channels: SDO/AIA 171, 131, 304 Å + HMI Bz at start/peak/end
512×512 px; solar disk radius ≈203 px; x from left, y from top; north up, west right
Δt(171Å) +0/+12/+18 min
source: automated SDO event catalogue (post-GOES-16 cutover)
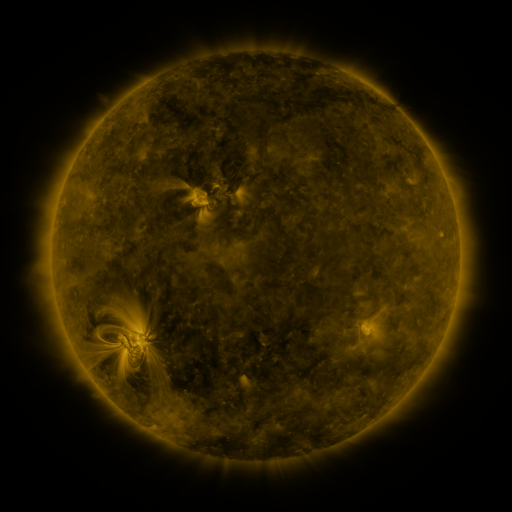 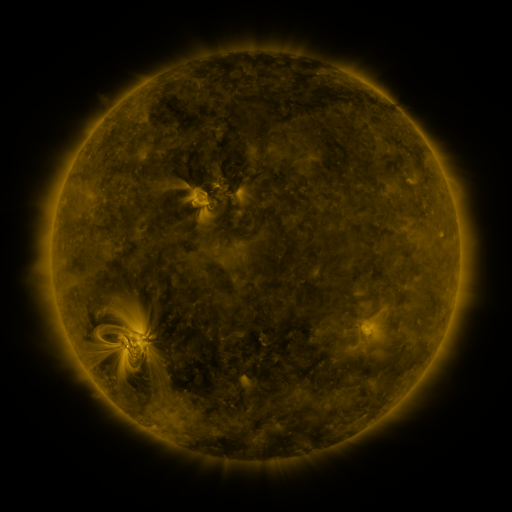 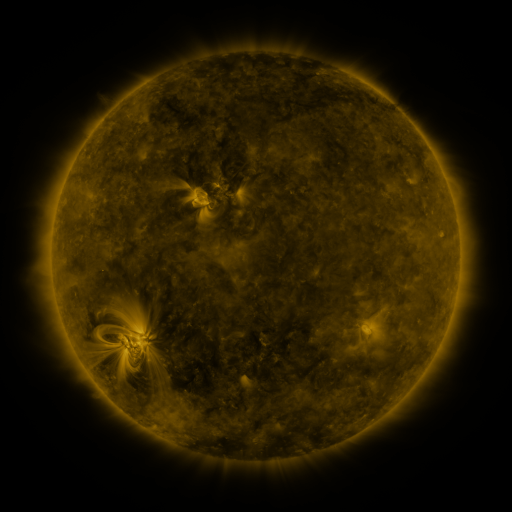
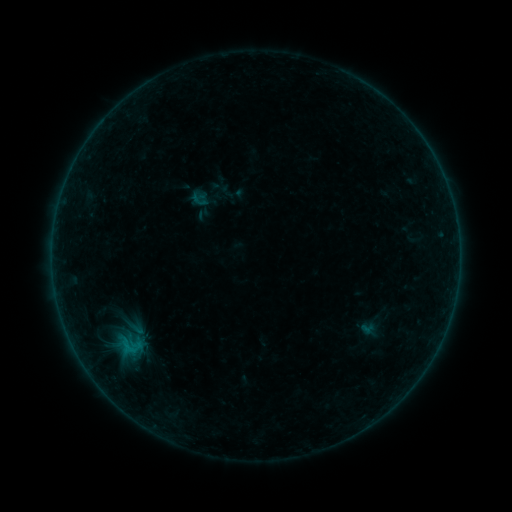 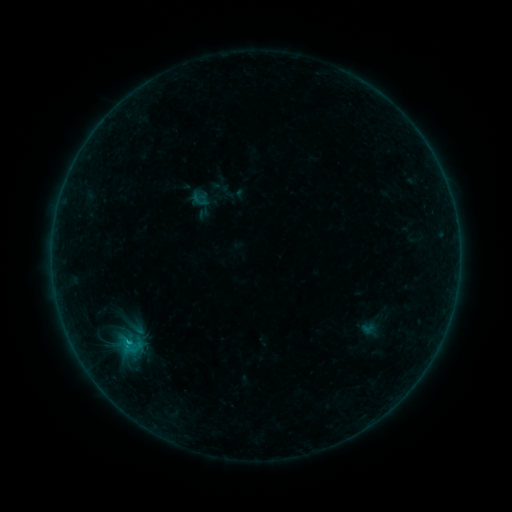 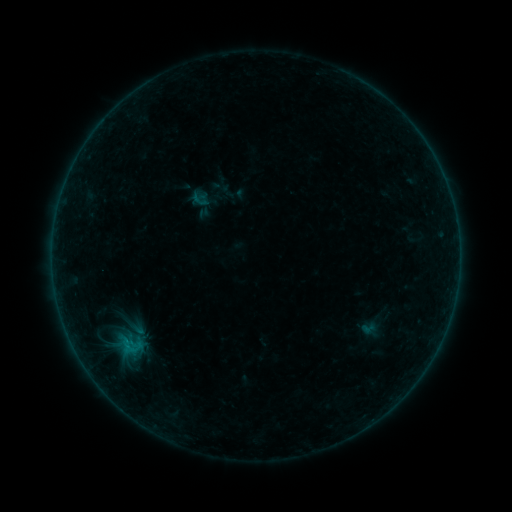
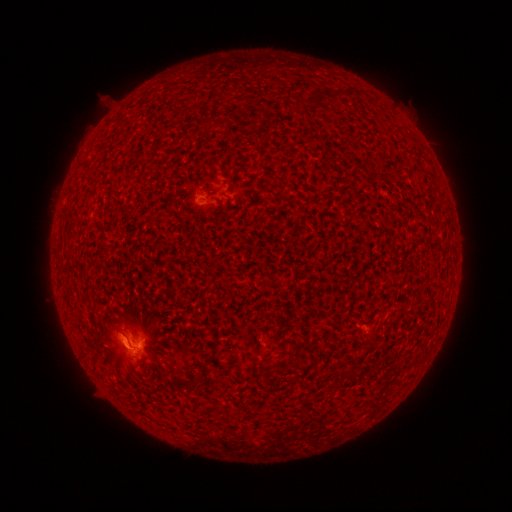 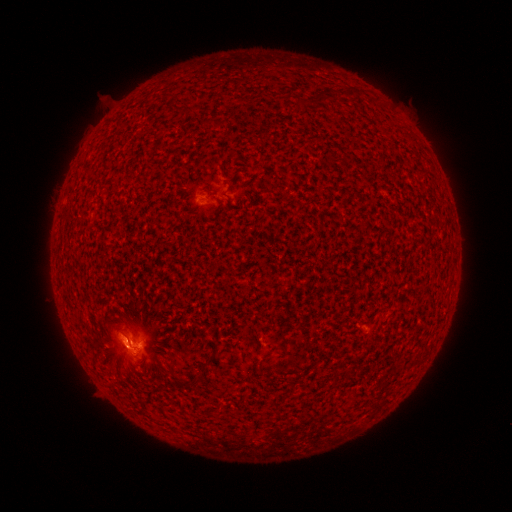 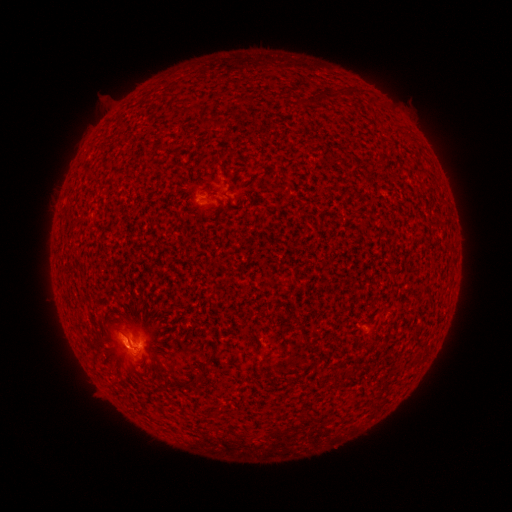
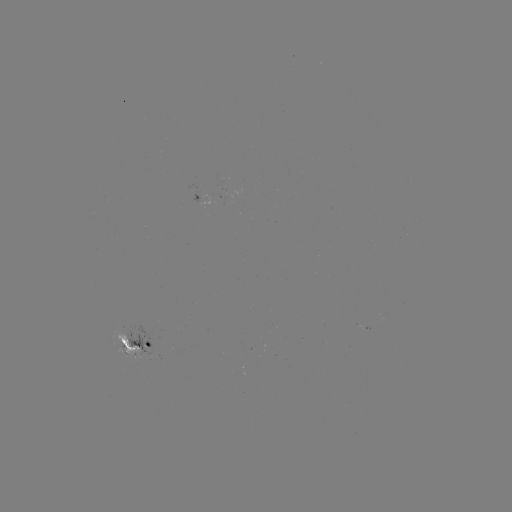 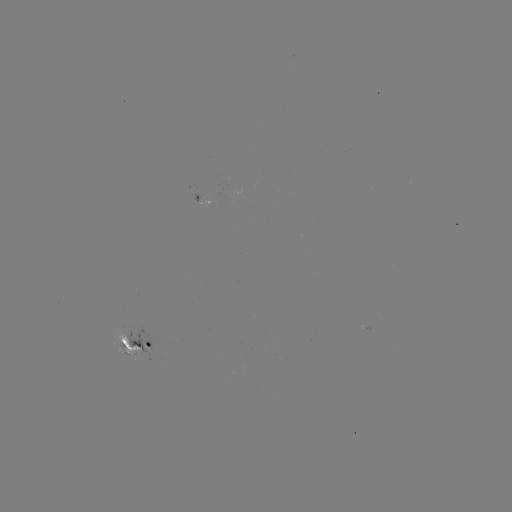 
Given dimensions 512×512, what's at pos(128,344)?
B6.6 flare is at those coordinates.